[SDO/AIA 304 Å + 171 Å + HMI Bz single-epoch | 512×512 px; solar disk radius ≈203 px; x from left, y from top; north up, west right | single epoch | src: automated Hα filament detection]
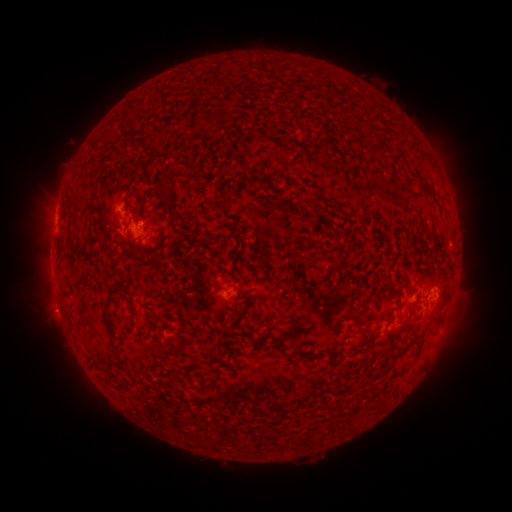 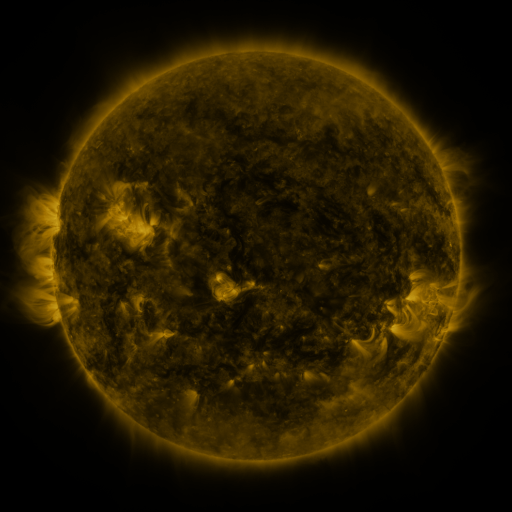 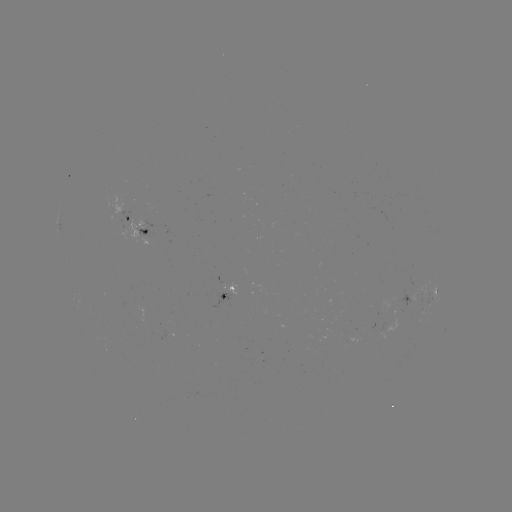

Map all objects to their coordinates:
filament: (275, 112)
filament: (137, 147)
filament: (376, 148)
filament: (423, 182)
filament: (72, 207)
filament: (75, 253)
filament: (141, 261)
filament: (228, 281)
filament: (399, 289)
filament: (357, 312)
filament: (107, 321)
filament: (153, 321)
filament: (244, 334)
filament: (294, 334)
filament: (407, 344)
filament: (318, 353)
filament: (287, 402)
